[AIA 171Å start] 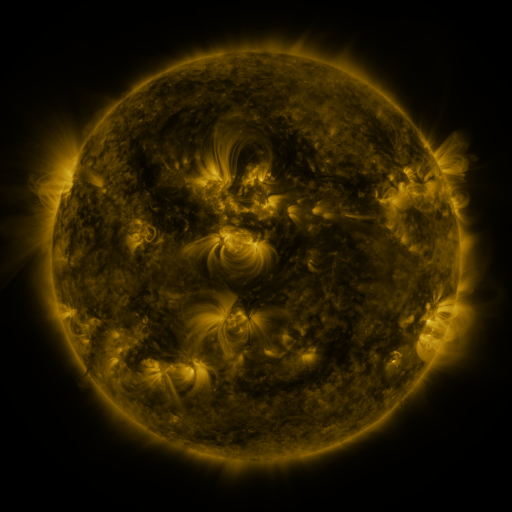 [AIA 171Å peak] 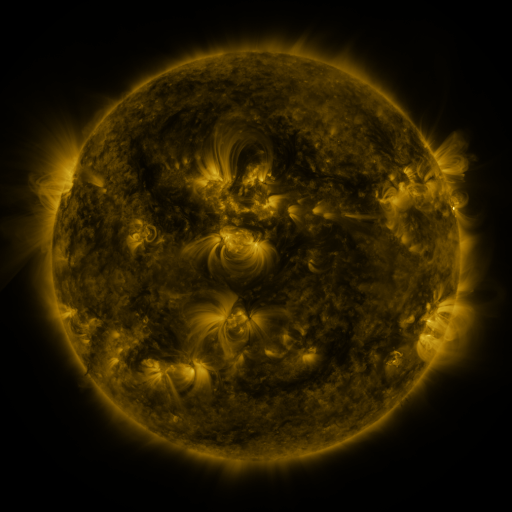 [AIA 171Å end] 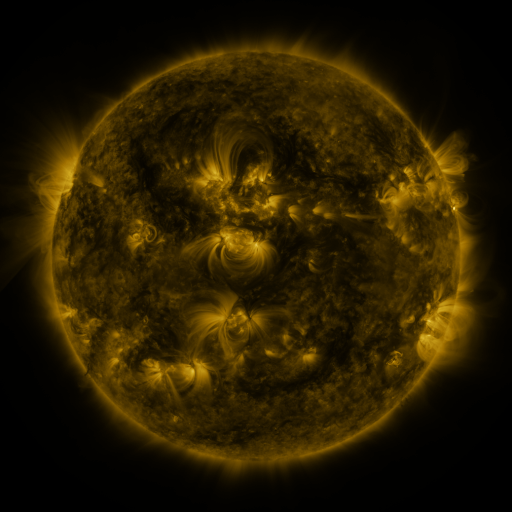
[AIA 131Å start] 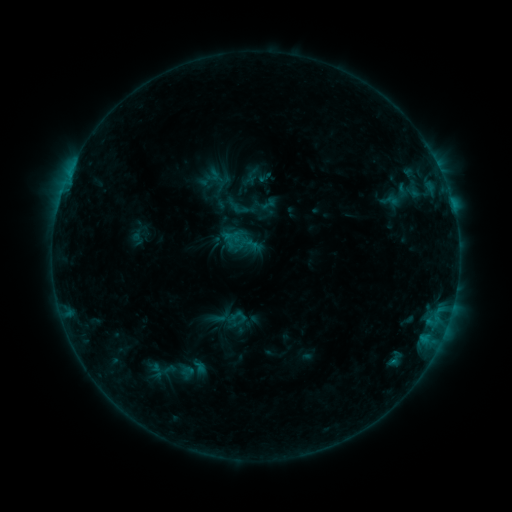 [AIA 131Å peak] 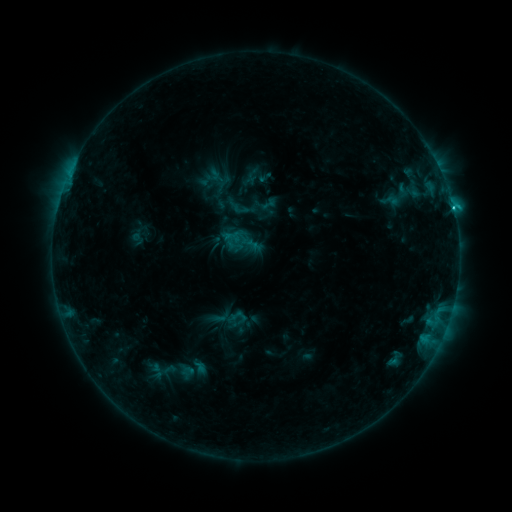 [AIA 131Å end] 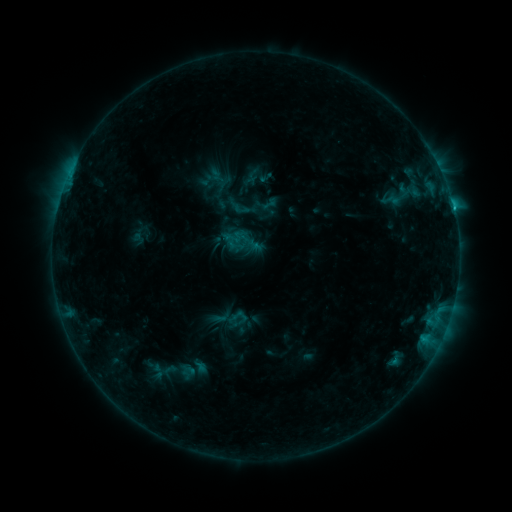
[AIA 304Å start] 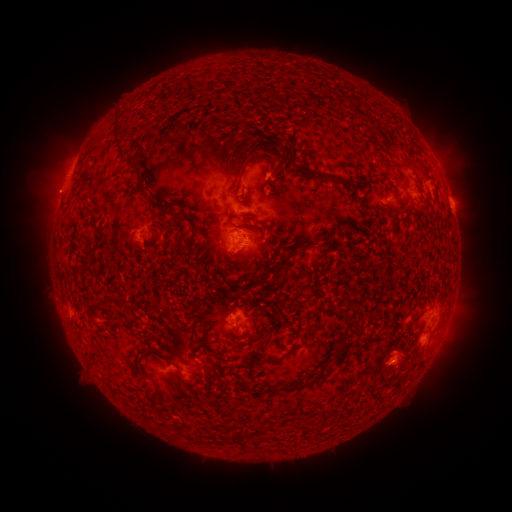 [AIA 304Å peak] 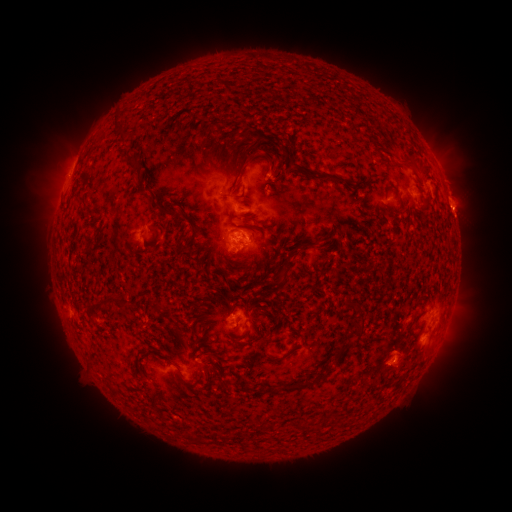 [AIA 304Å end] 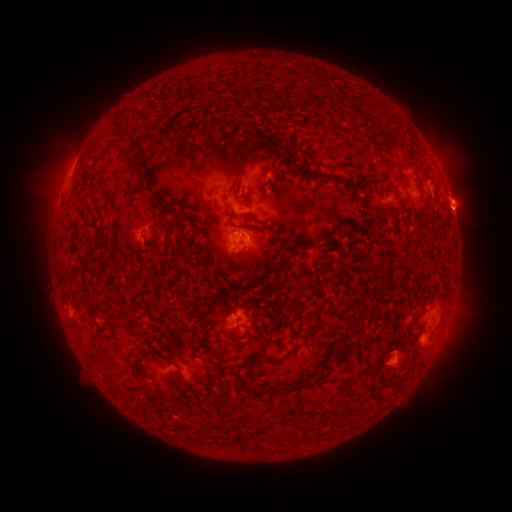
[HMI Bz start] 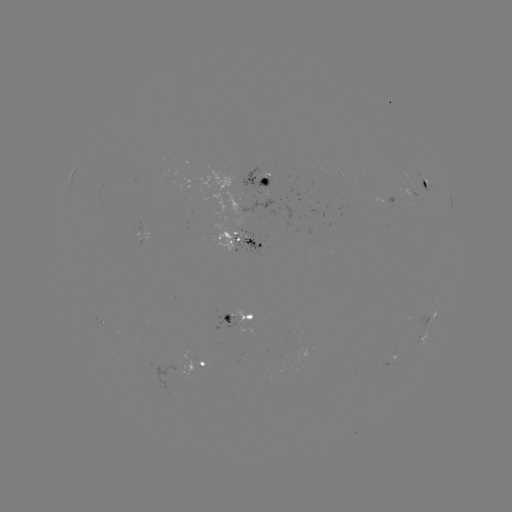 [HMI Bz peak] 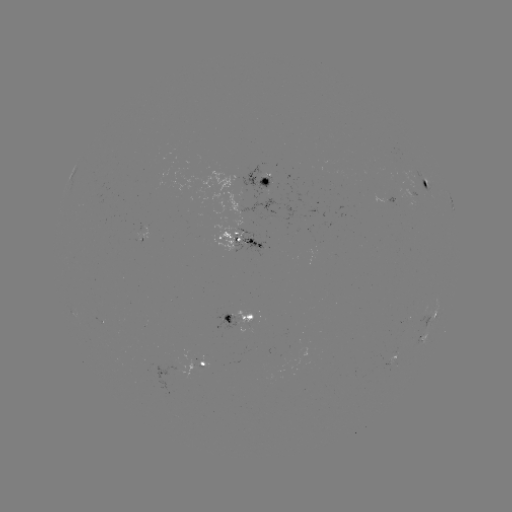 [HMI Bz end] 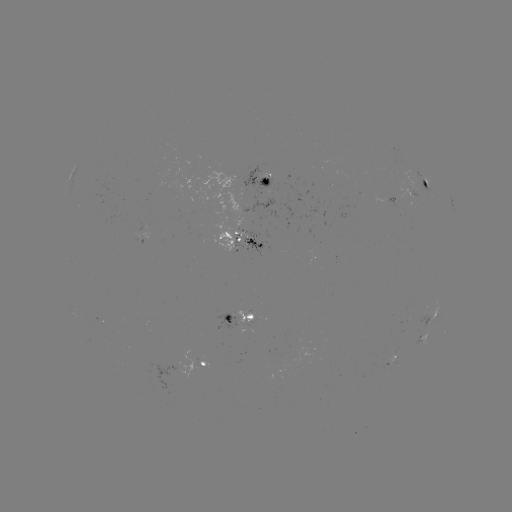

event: flare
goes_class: C3.9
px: (453, 211)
